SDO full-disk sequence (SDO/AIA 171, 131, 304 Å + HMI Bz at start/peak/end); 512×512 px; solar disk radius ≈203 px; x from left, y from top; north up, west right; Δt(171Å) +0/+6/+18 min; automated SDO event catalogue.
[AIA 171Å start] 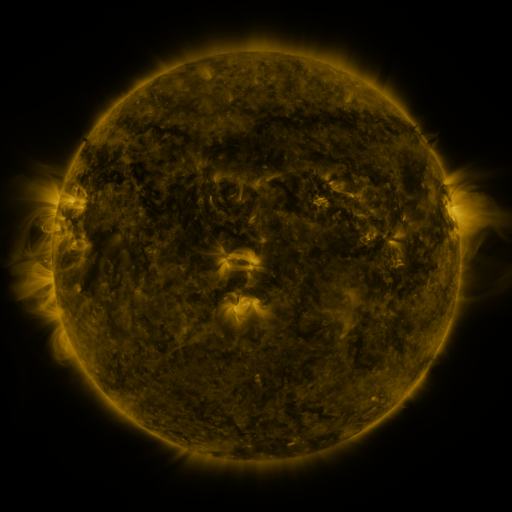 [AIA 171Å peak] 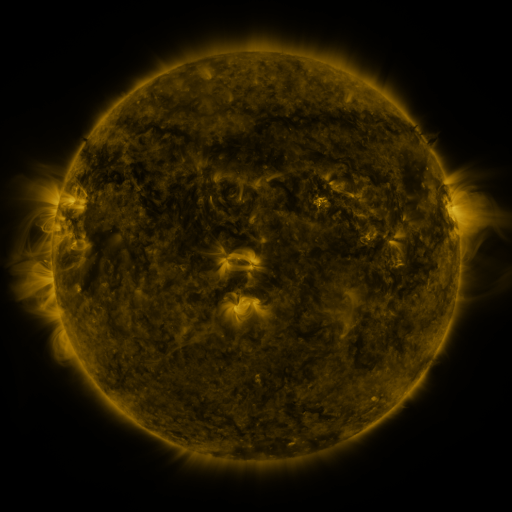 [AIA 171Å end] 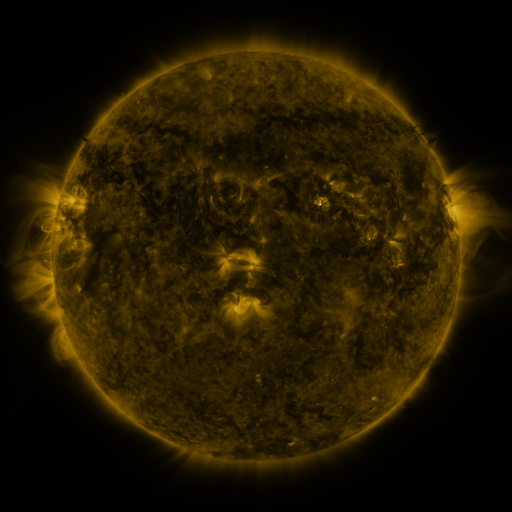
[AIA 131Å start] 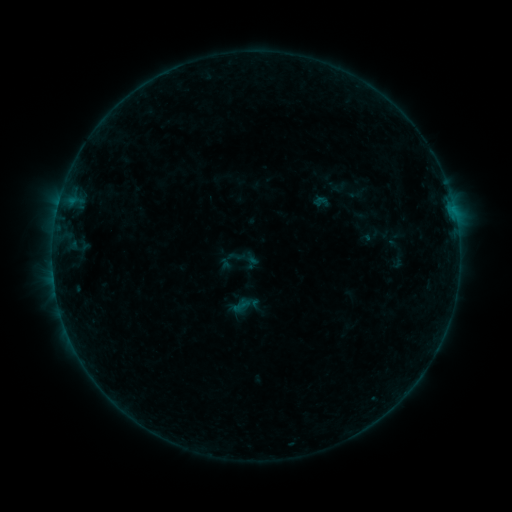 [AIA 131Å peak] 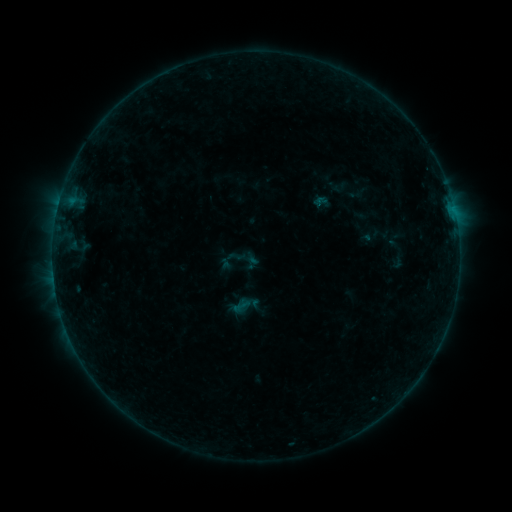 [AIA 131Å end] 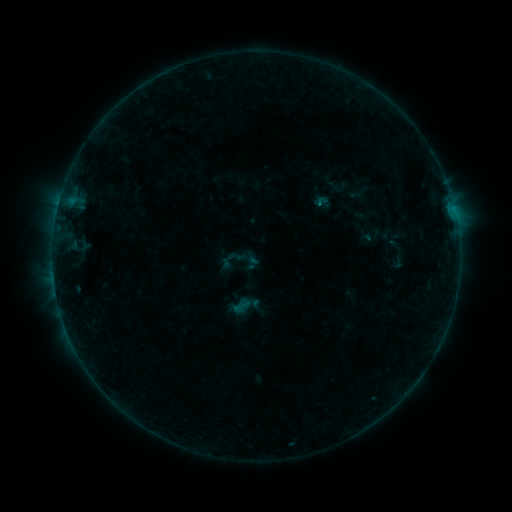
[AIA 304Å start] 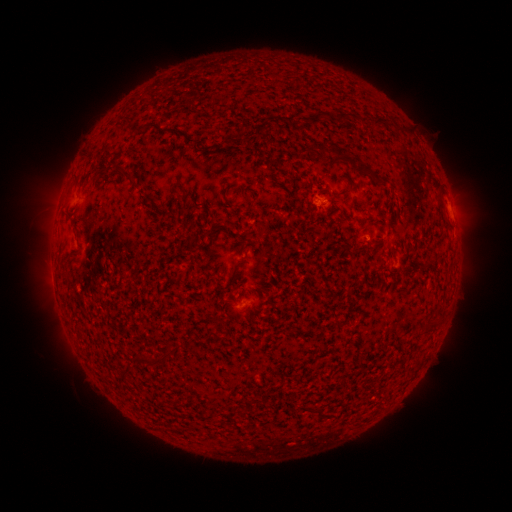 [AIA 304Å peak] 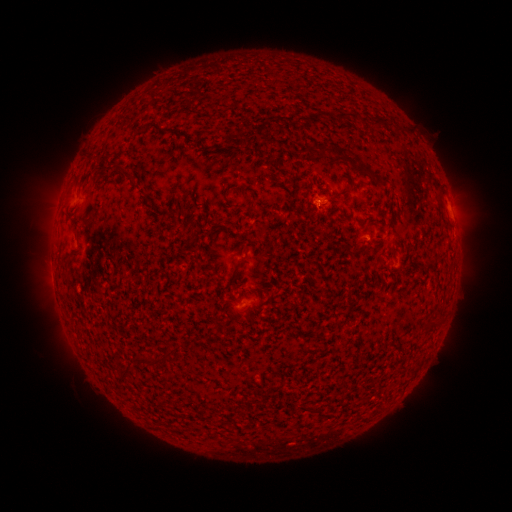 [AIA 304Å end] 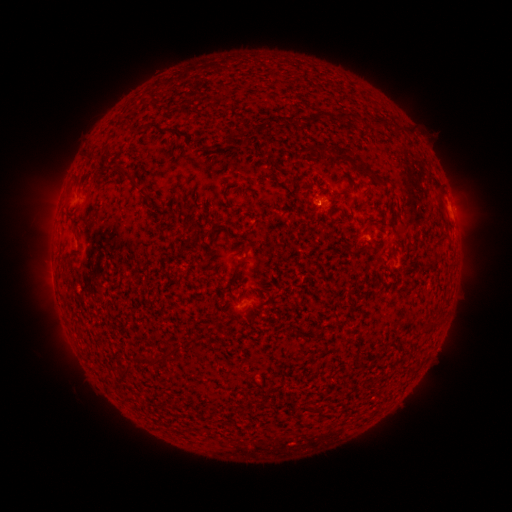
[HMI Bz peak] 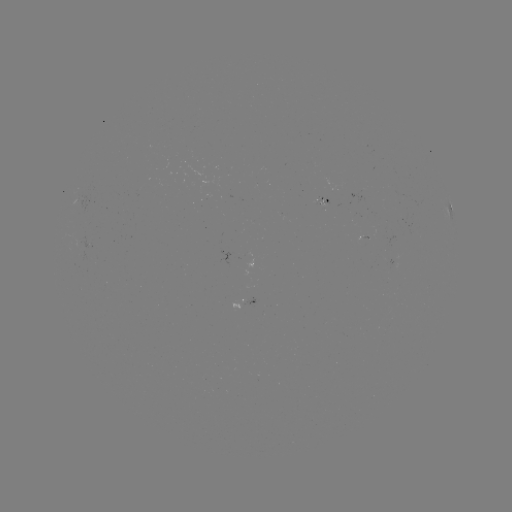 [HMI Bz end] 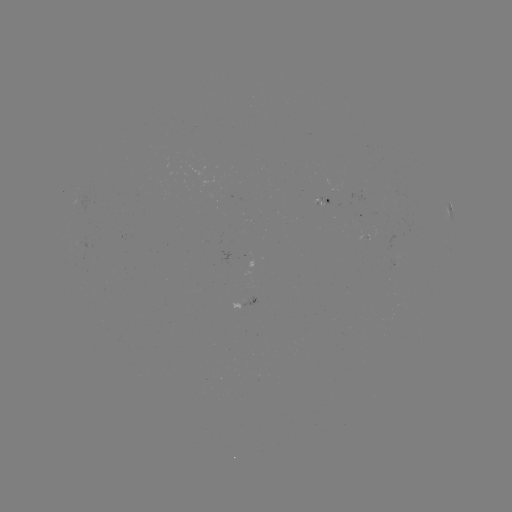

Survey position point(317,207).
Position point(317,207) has B2.1 flare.